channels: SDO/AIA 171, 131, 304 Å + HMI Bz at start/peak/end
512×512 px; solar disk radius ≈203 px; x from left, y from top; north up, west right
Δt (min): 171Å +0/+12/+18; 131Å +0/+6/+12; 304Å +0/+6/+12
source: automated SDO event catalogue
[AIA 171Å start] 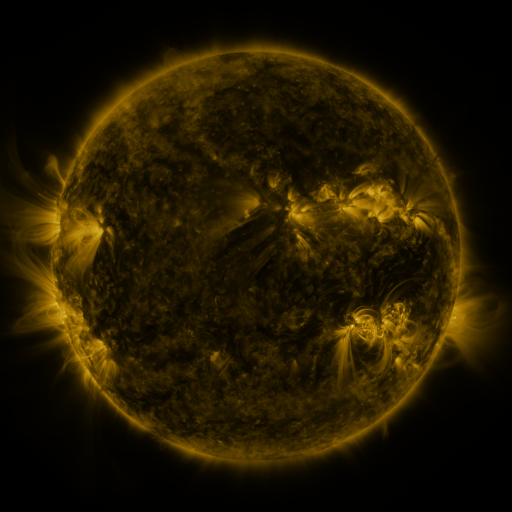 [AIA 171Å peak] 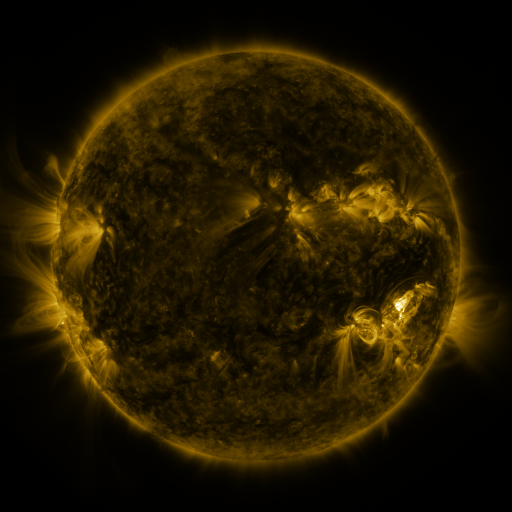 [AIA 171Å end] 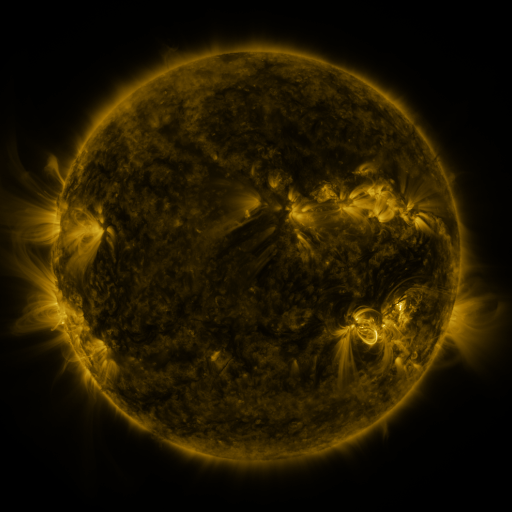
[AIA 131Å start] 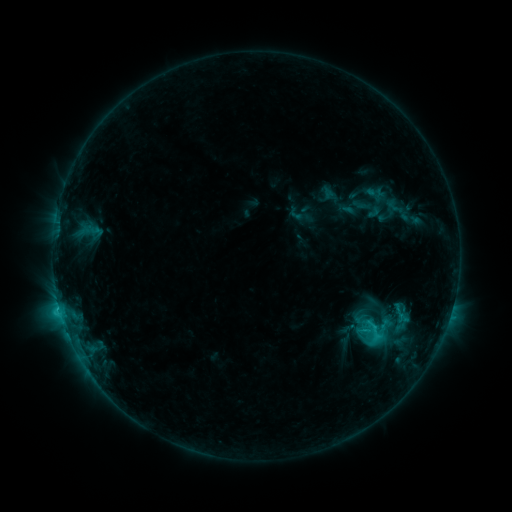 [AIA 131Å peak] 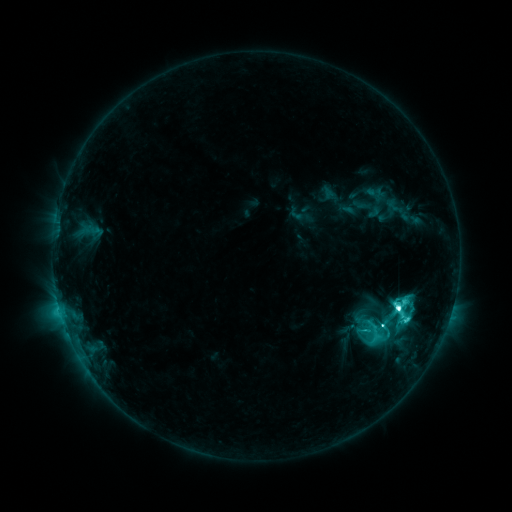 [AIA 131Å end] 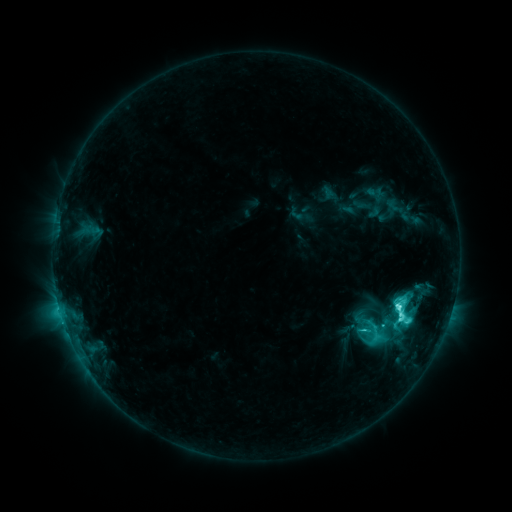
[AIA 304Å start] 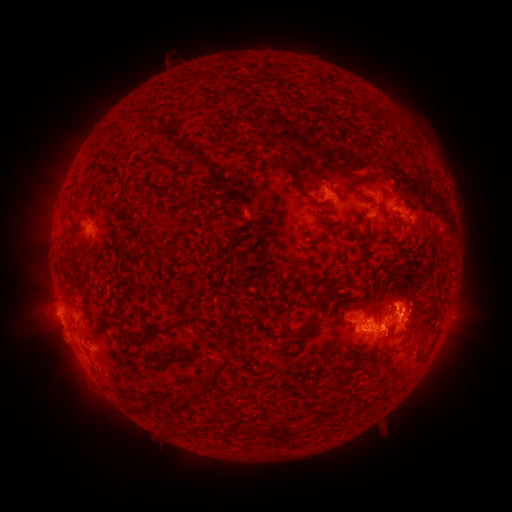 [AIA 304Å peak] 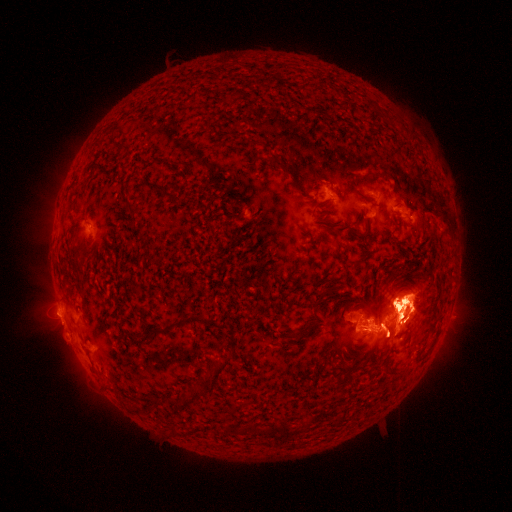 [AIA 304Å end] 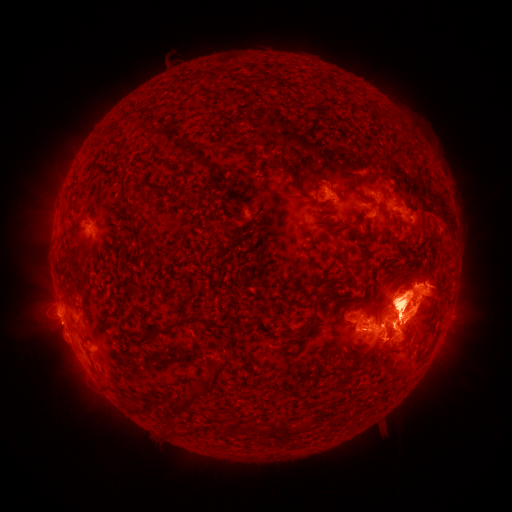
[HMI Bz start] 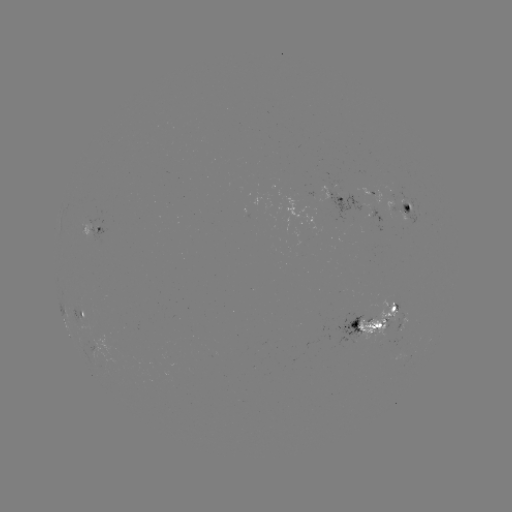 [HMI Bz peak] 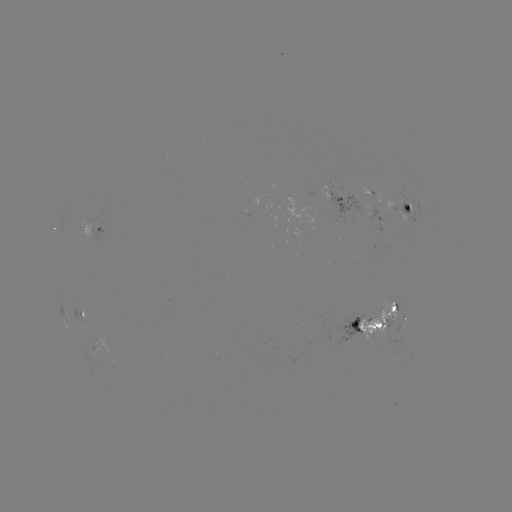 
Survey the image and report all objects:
M1.6 flare: (396, 306)
